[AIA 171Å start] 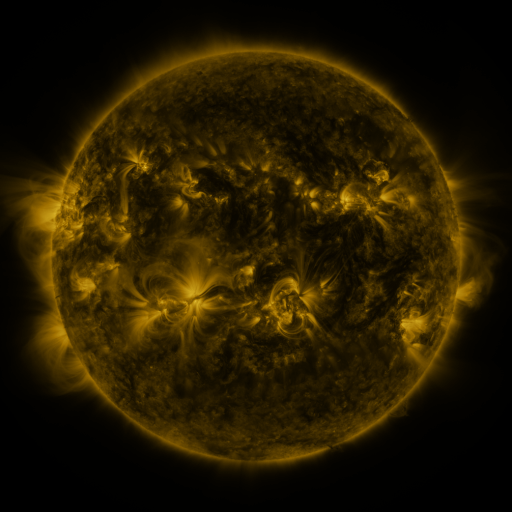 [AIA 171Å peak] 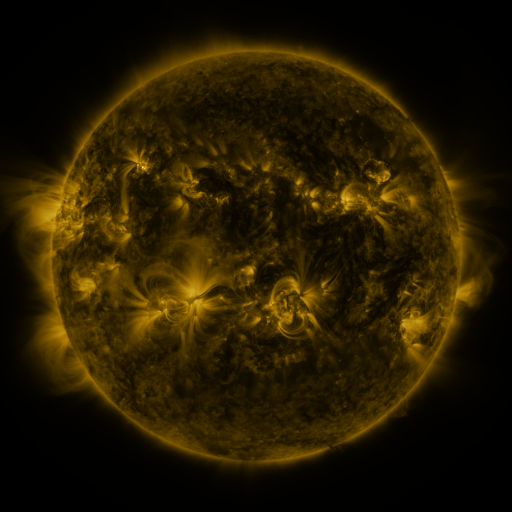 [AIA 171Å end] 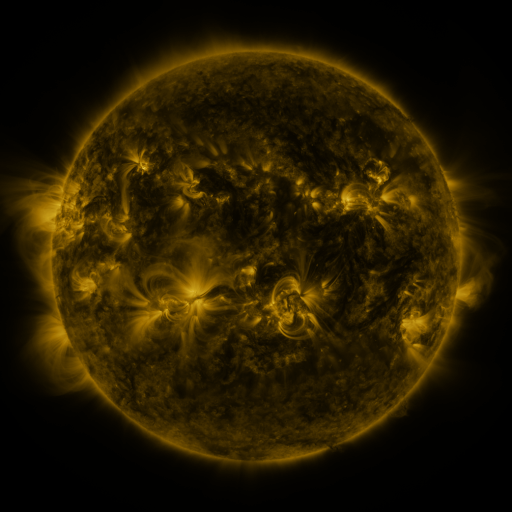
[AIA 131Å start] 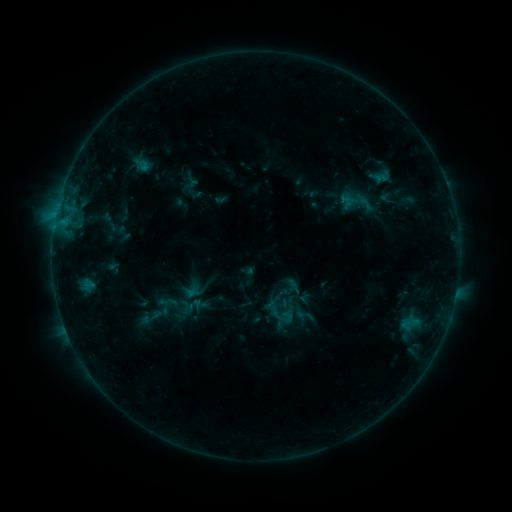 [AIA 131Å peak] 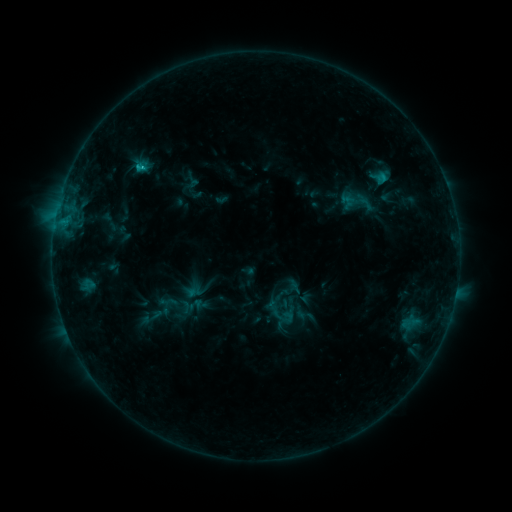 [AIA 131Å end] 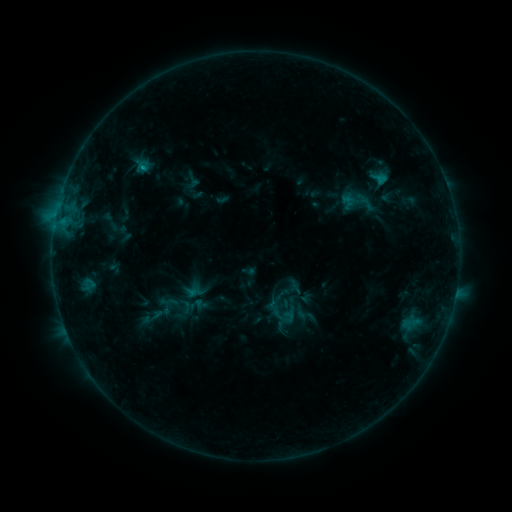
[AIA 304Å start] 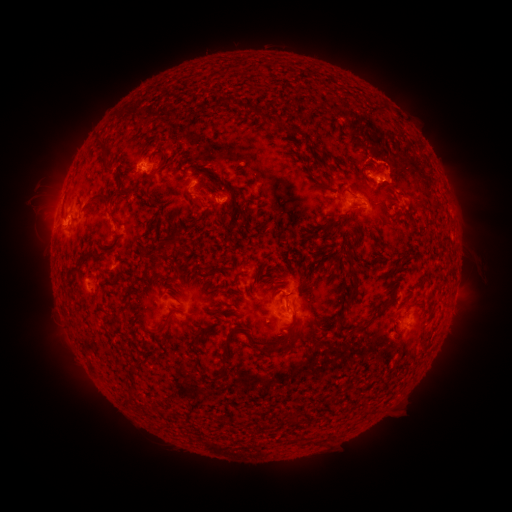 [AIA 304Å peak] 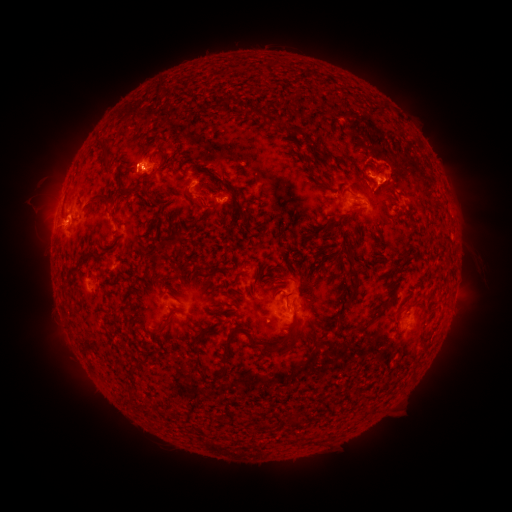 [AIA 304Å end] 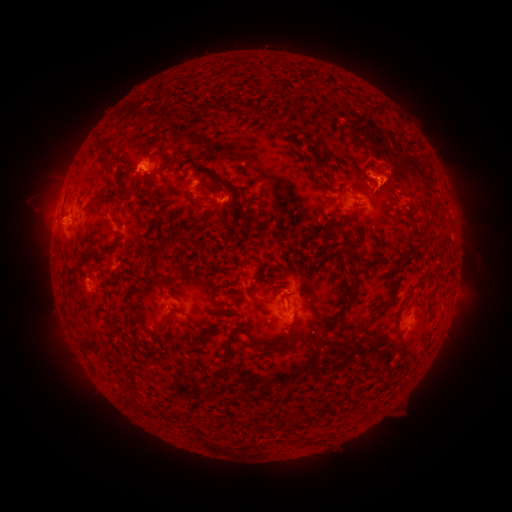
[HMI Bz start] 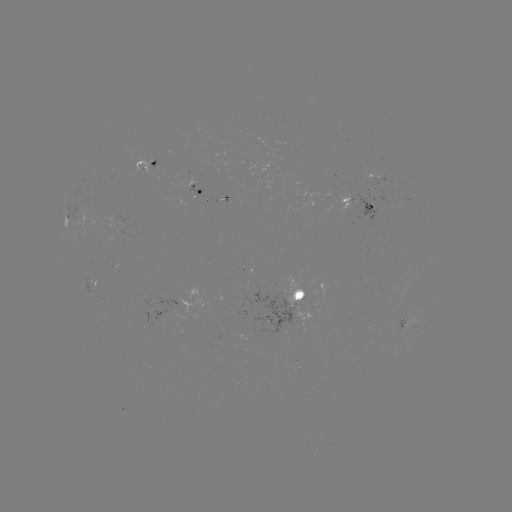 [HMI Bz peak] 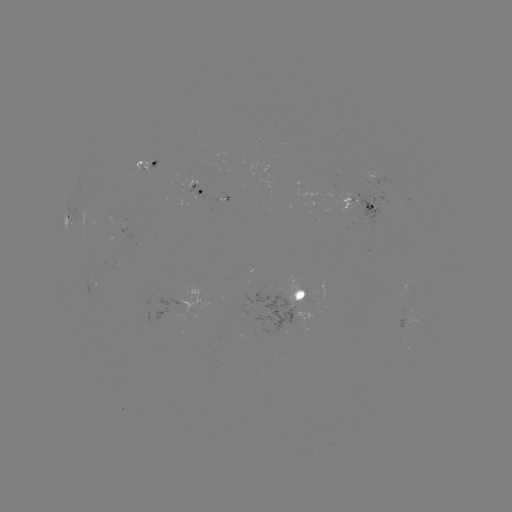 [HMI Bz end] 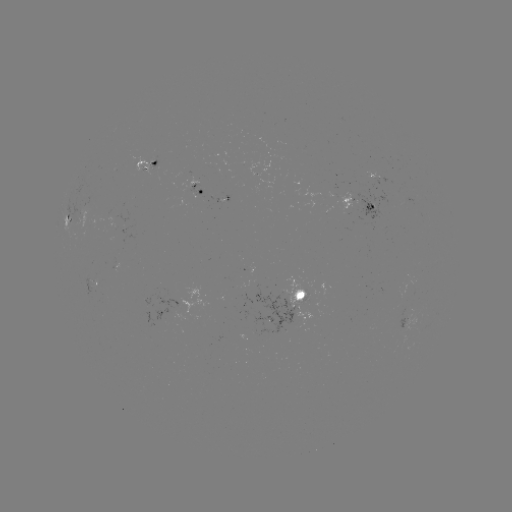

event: flare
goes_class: C1.2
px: (143, 169)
